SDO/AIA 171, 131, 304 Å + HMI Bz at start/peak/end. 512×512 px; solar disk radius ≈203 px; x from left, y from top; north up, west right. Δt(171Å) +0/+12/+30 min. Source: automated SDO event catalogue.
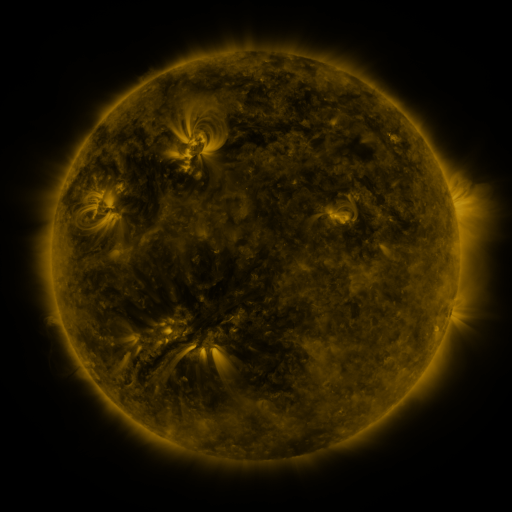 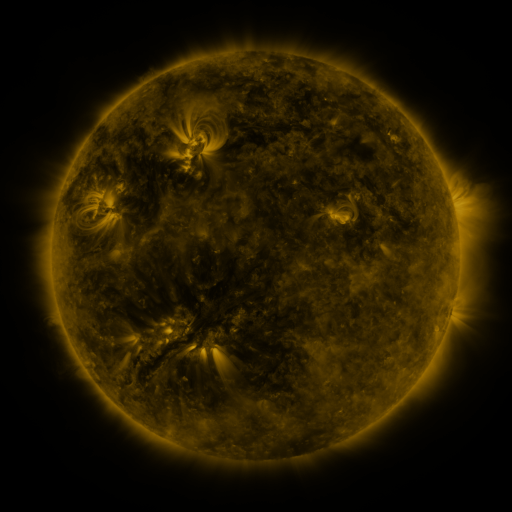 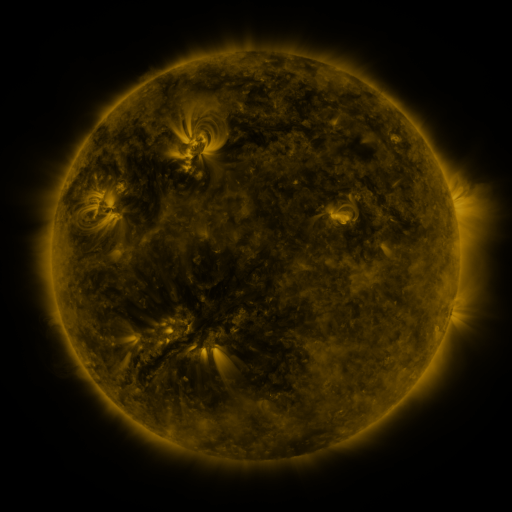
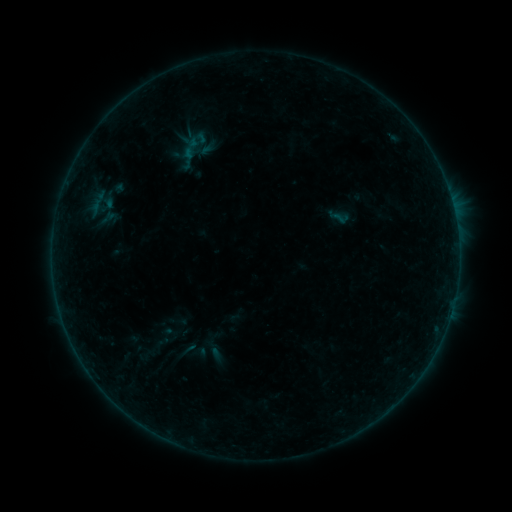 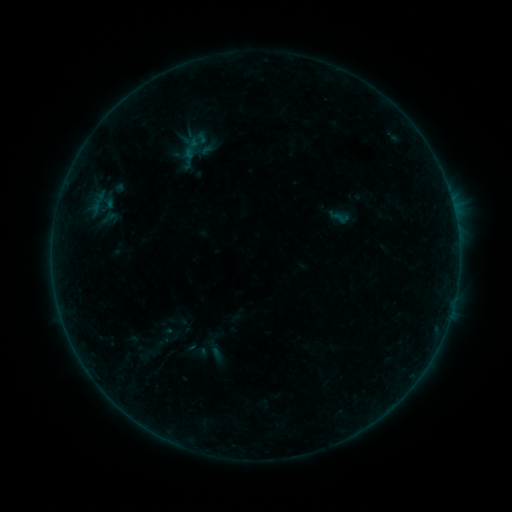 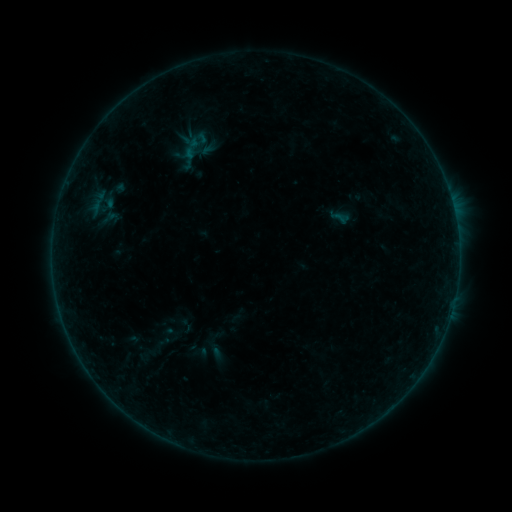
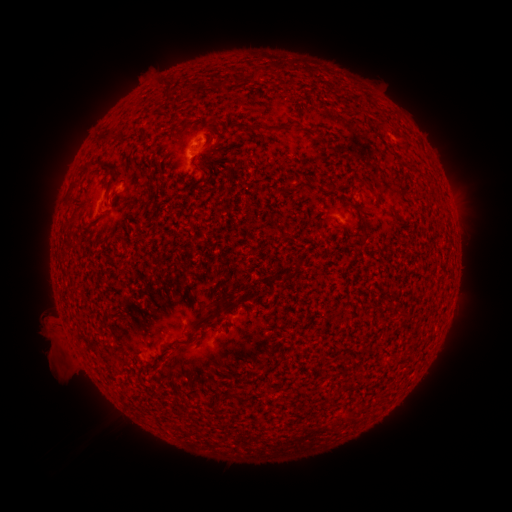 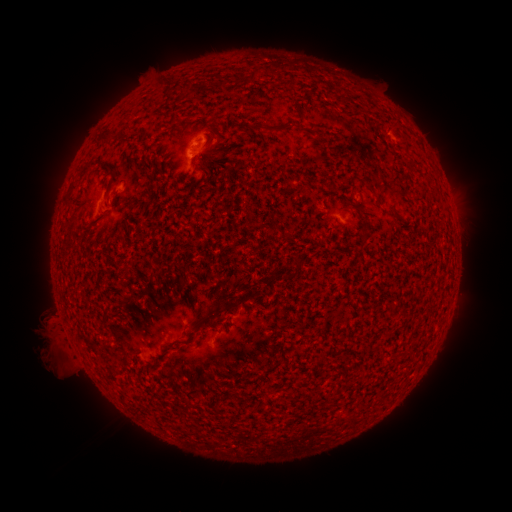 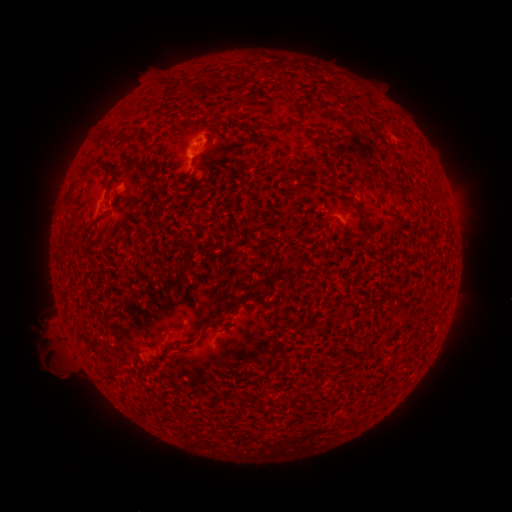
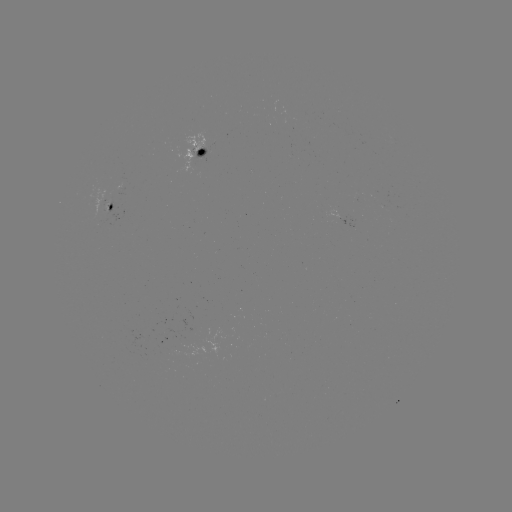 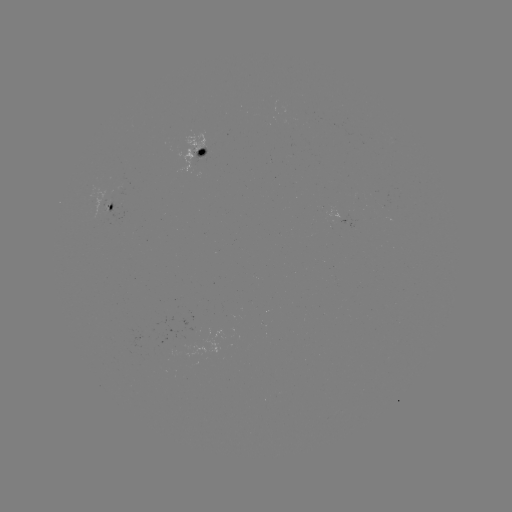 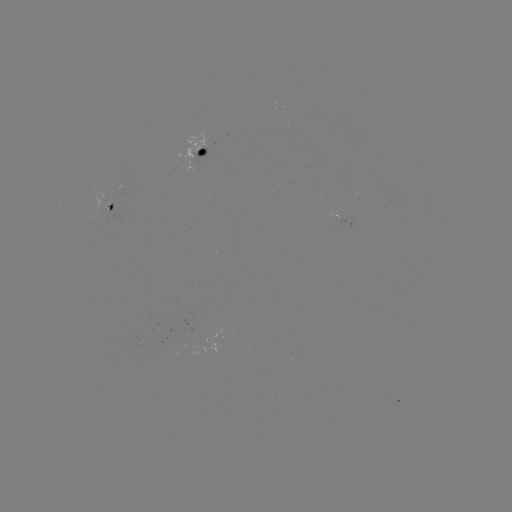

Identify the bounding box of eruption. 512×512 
[28, 329, 71, 372].